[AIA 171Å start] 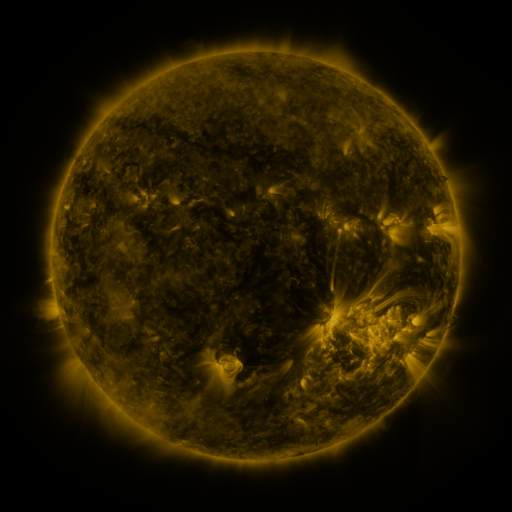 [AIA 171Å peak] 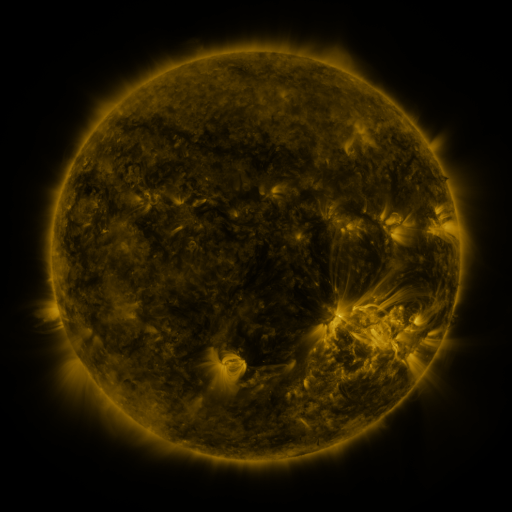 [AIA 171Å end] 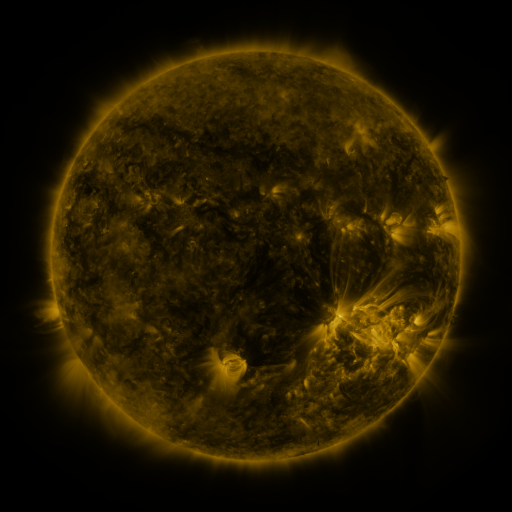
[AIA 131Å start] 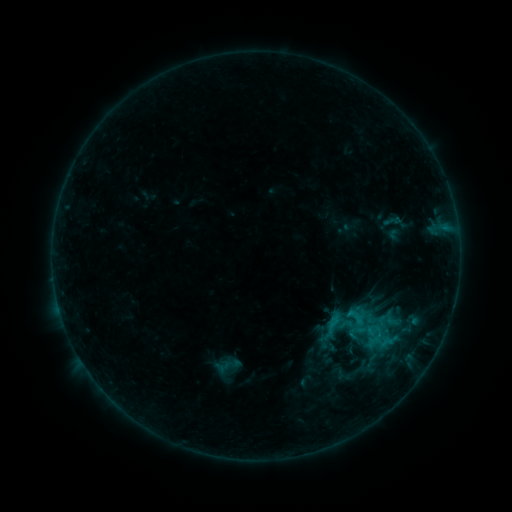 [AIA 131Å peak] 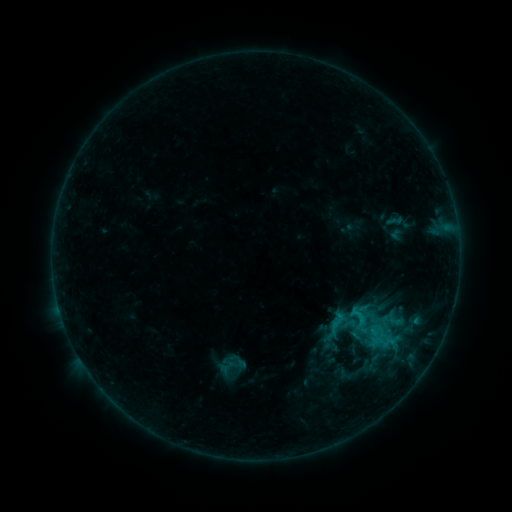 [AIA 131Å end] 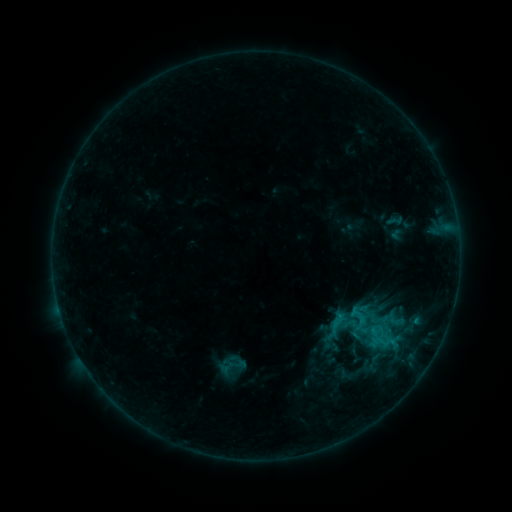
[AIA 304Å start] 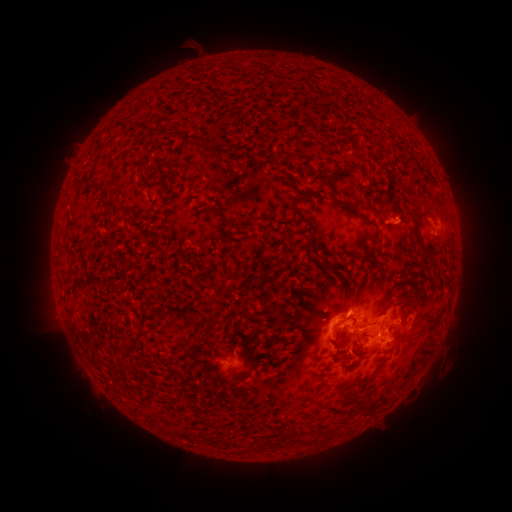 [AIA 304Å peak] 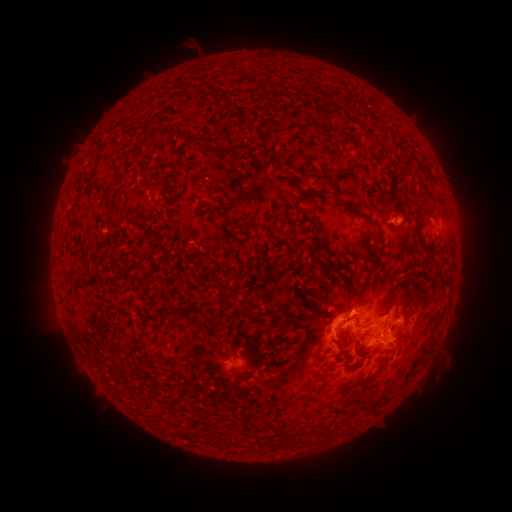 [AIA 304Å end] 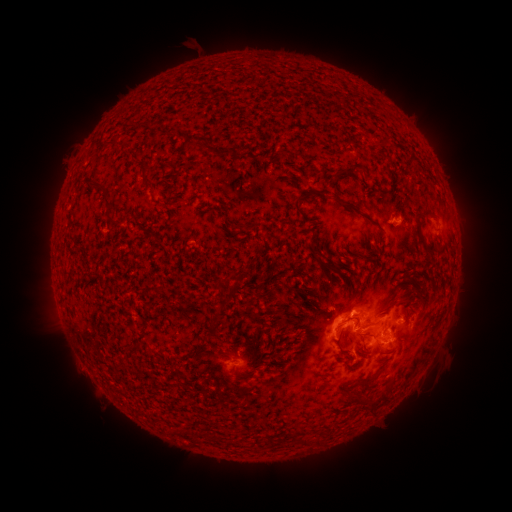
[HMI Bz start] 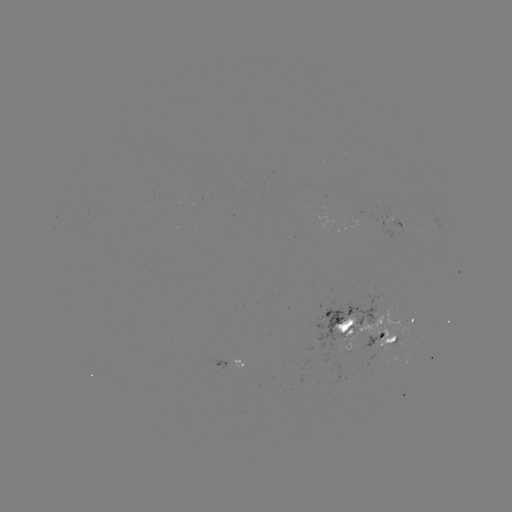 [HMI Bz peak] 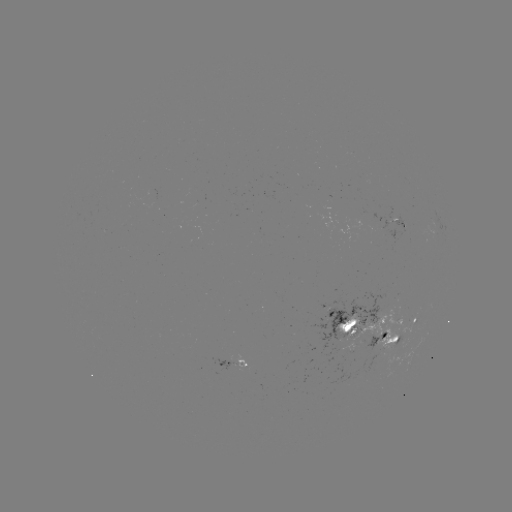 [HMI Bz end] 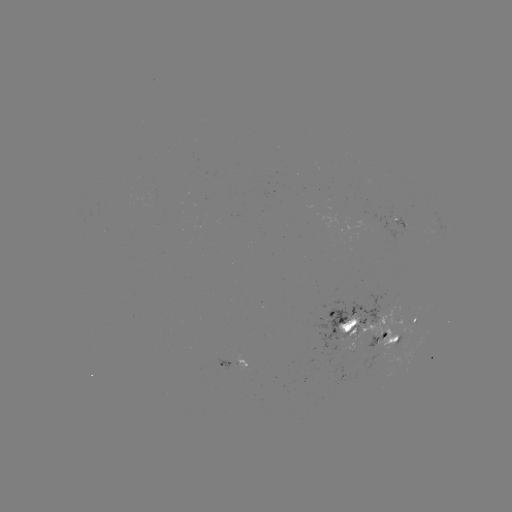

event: emerging-flux region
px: (372, 345)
